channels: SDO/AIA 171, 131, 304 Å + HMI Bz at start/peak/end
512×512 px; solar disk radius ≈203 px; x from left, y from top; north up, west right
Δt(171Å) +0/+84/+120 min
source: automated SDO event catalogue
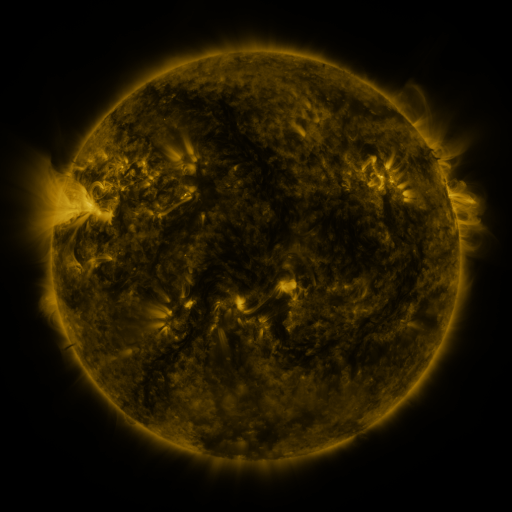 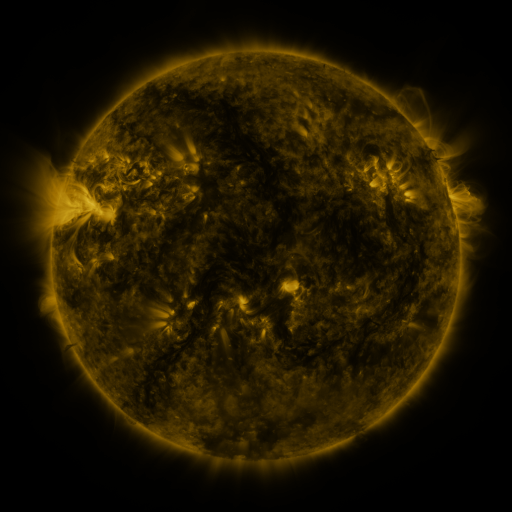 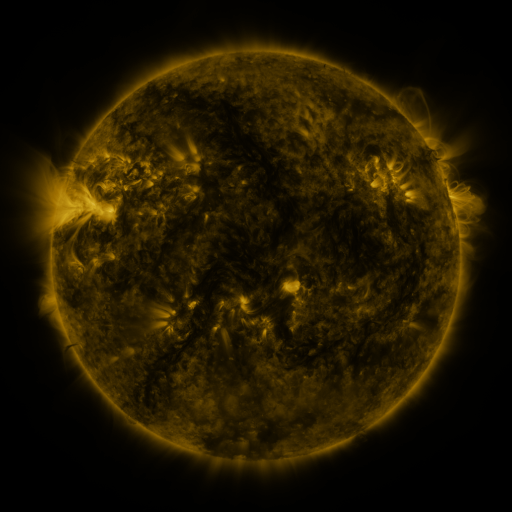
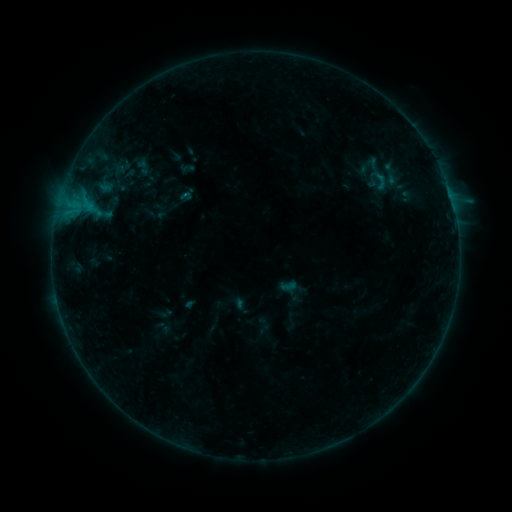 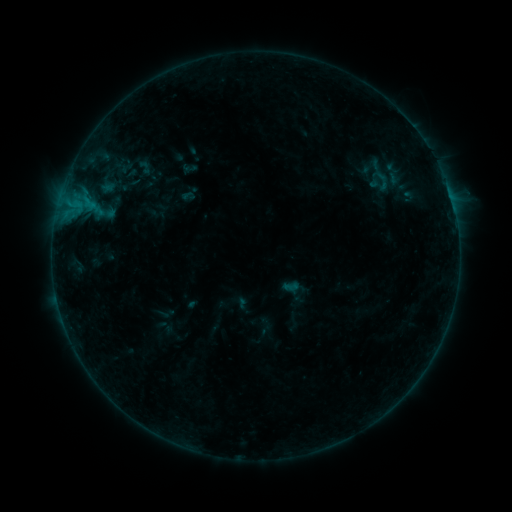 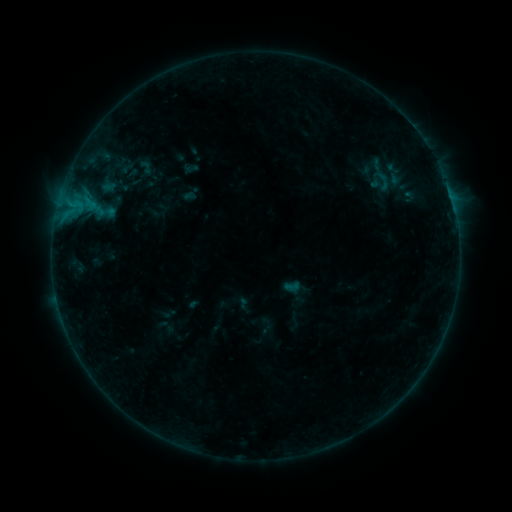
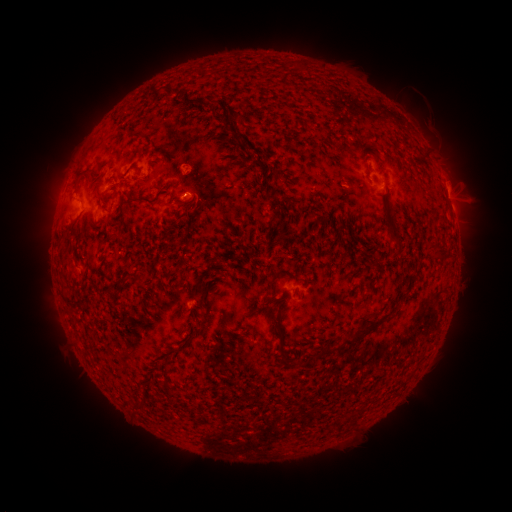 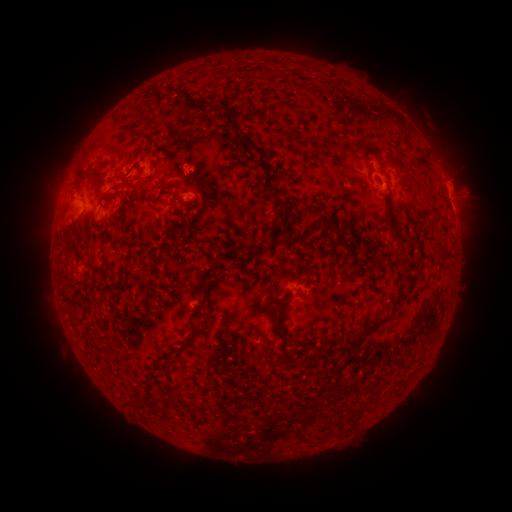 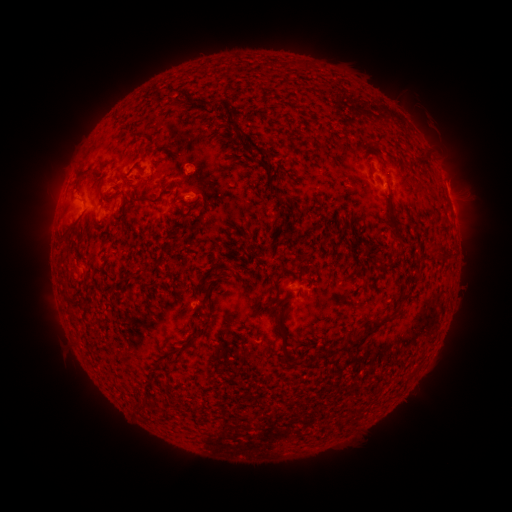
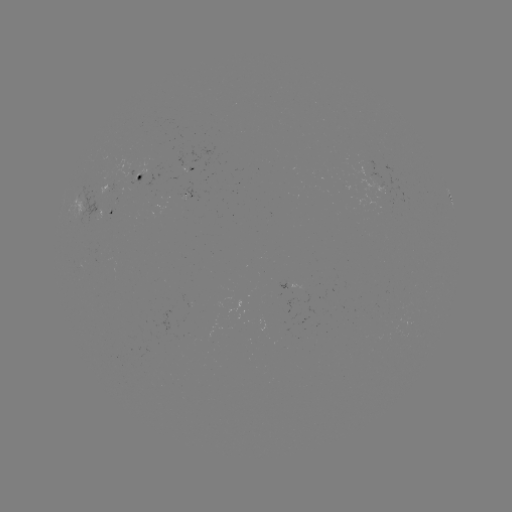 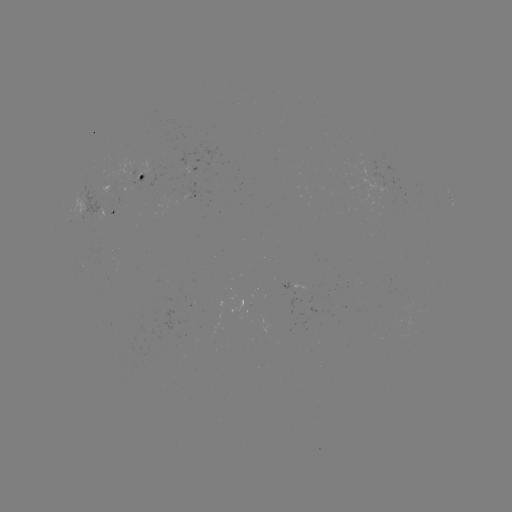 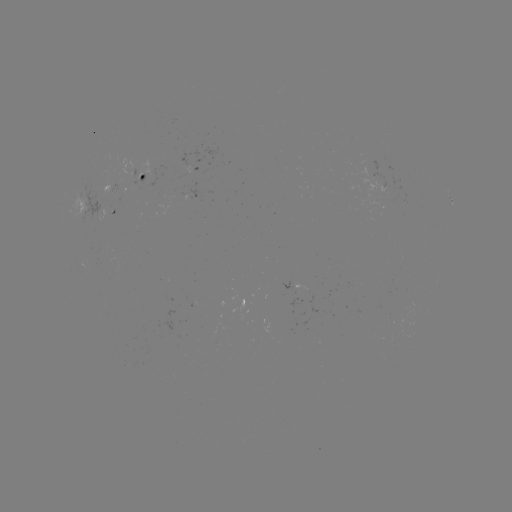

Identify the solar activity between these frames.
emerging-flux region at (120, 187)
